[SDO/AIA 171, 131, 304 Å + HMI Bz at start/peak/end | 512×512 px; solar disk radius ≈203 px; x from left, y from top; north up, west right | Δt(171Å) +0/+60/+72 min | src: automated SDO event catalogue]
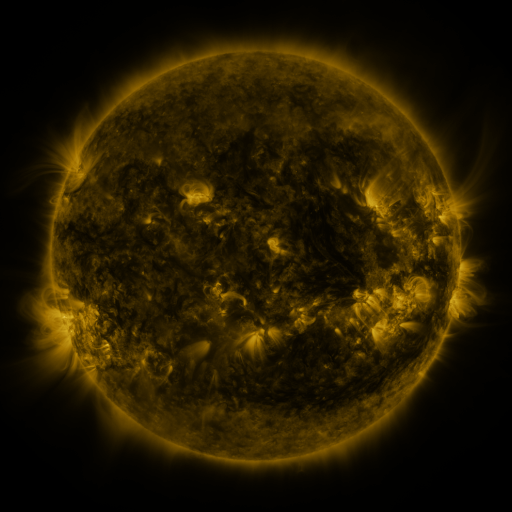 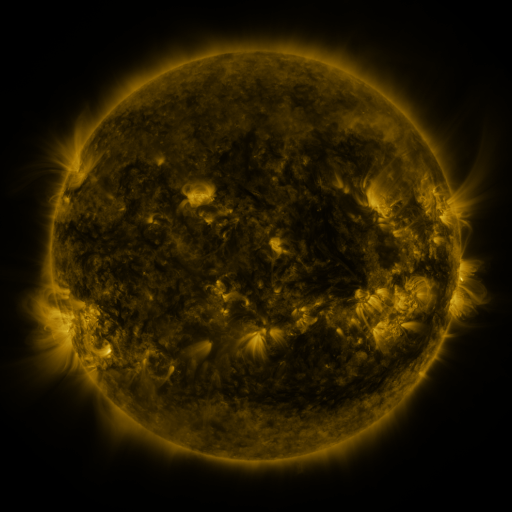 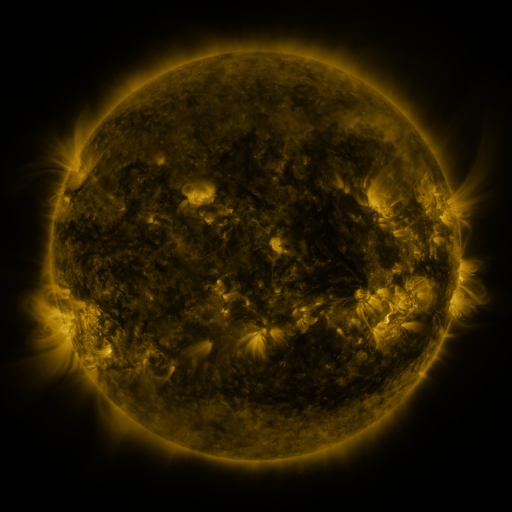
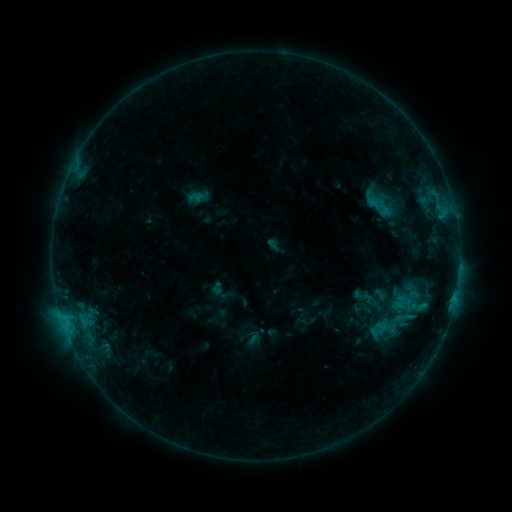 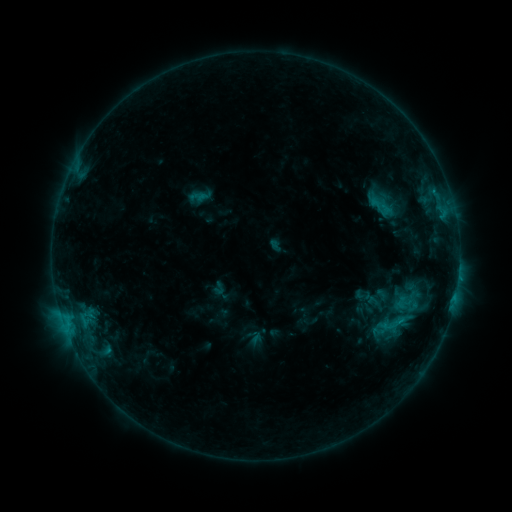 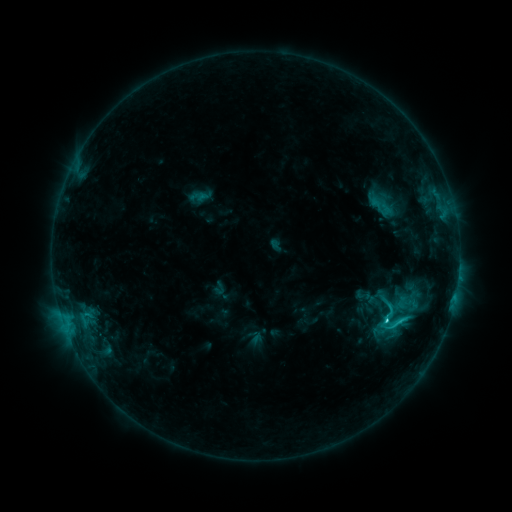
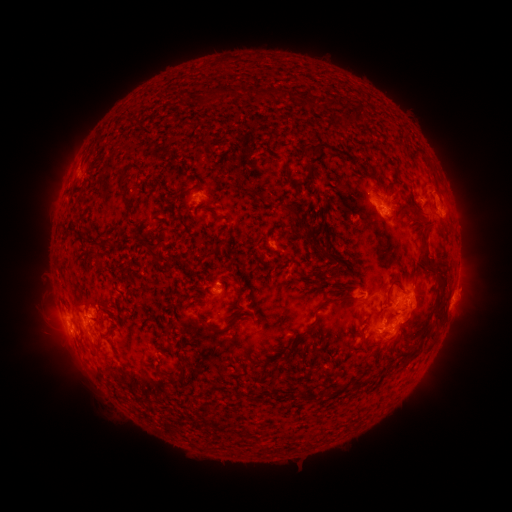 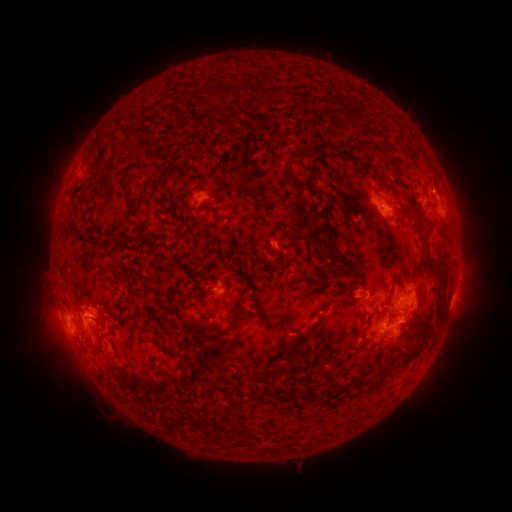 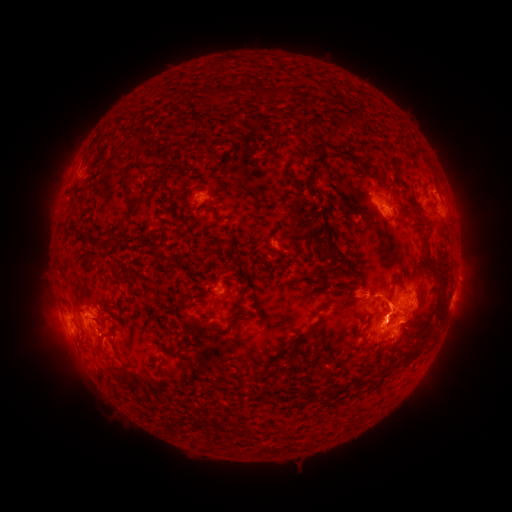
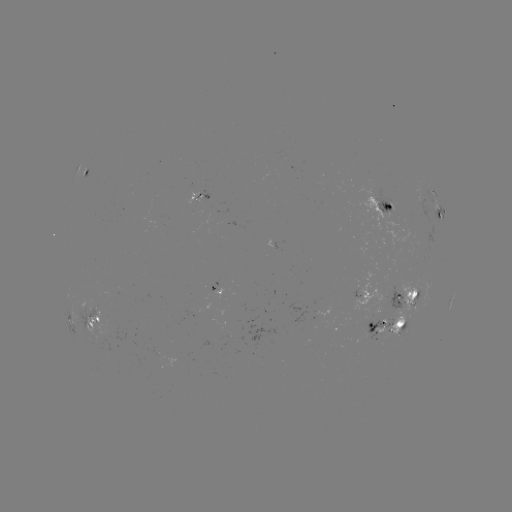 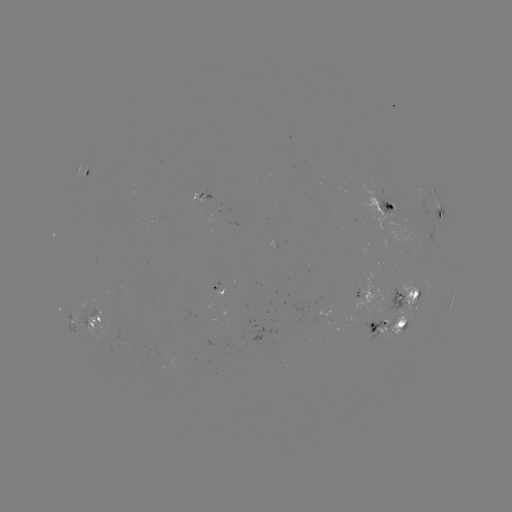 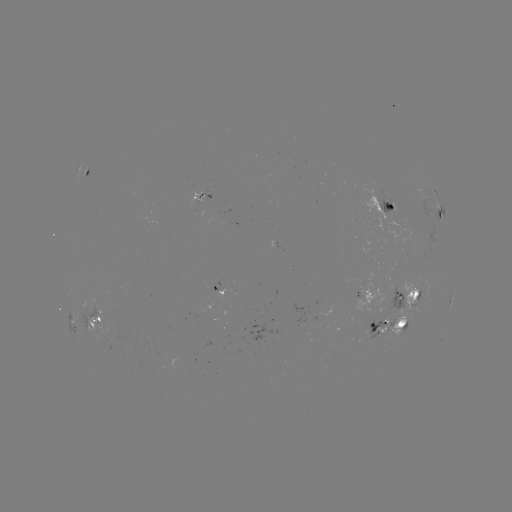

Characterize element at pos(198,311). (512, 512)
emerging-flux region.